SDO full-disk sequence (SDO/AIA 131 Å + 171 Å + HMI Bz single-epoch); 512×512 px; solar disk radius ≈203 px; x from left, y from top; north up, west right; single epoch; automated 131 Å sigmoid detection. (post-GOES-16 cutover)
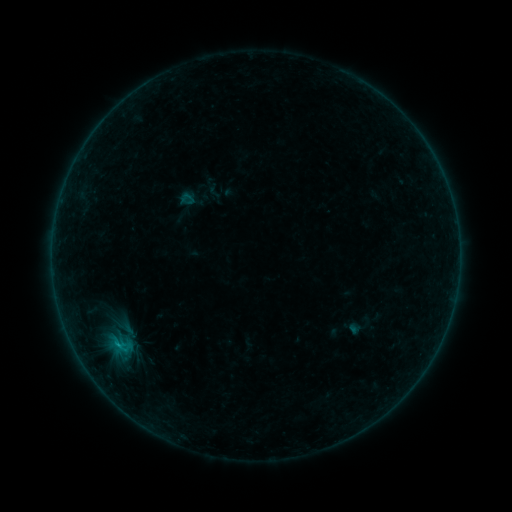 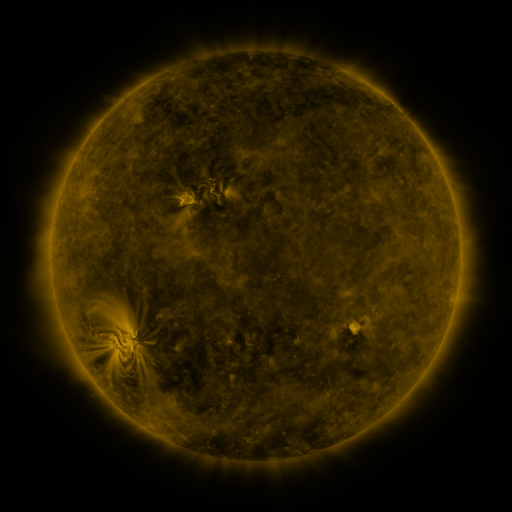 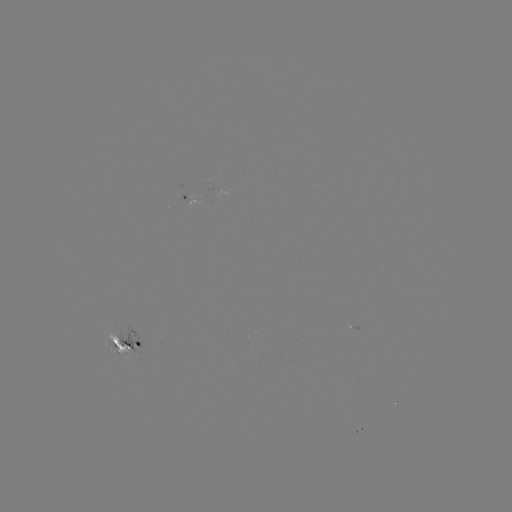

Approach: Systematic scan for sigmoid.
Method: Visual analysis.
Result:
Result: sigmoid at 119,345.